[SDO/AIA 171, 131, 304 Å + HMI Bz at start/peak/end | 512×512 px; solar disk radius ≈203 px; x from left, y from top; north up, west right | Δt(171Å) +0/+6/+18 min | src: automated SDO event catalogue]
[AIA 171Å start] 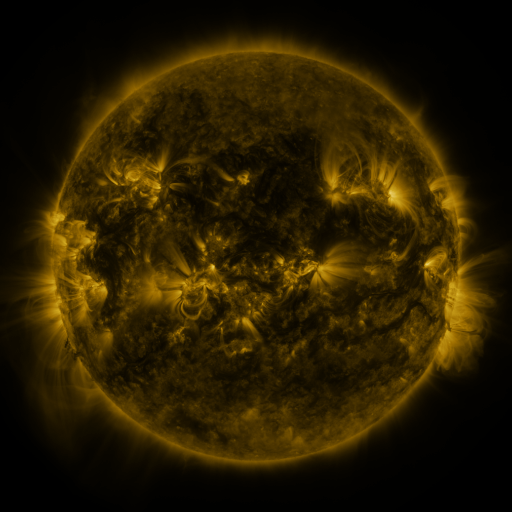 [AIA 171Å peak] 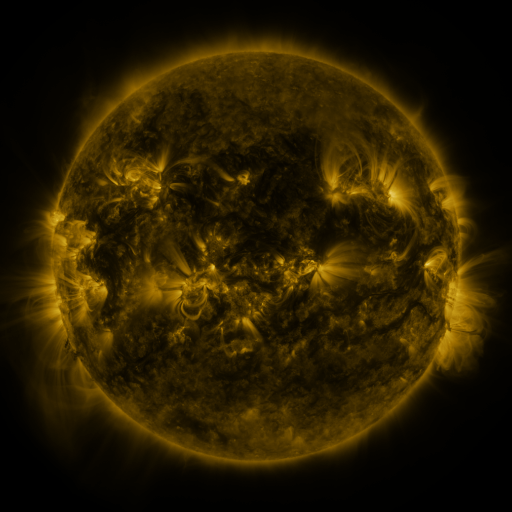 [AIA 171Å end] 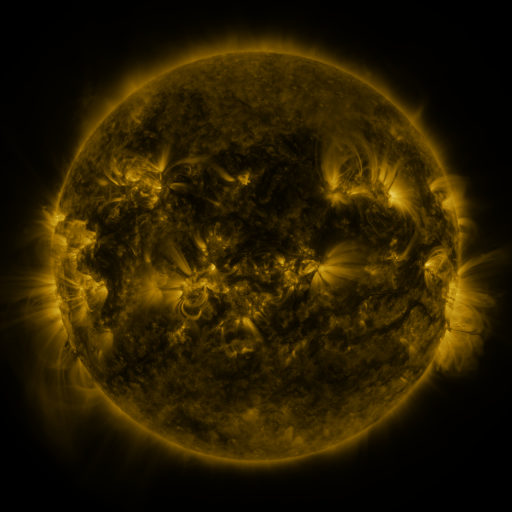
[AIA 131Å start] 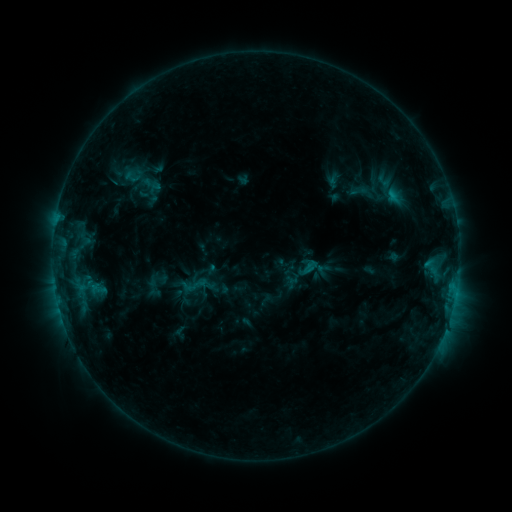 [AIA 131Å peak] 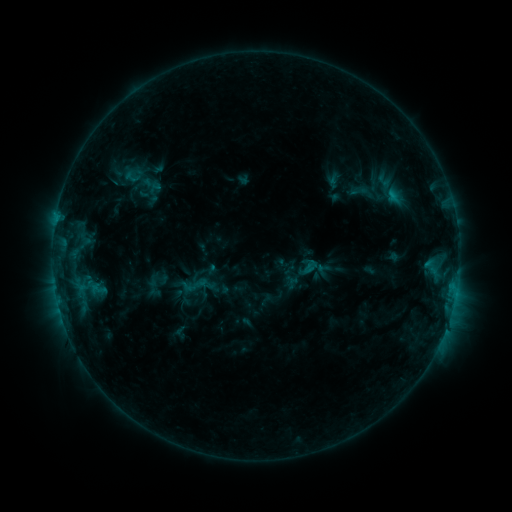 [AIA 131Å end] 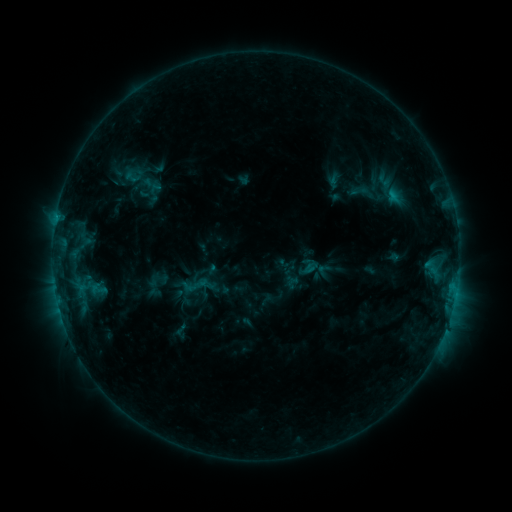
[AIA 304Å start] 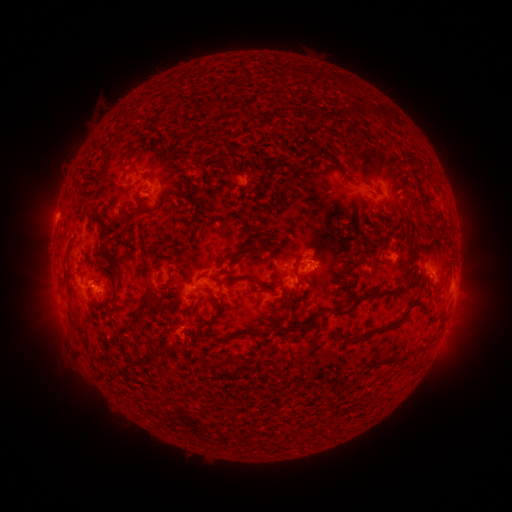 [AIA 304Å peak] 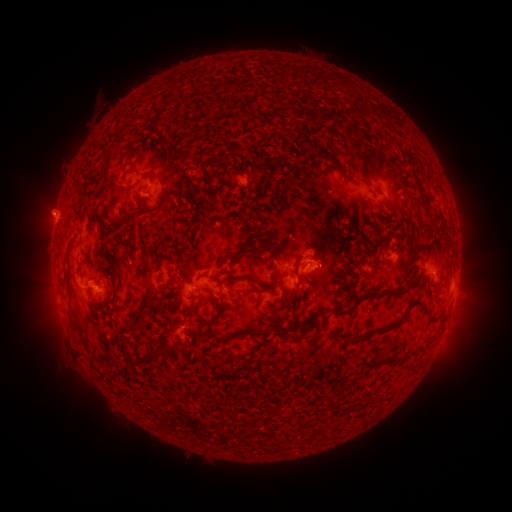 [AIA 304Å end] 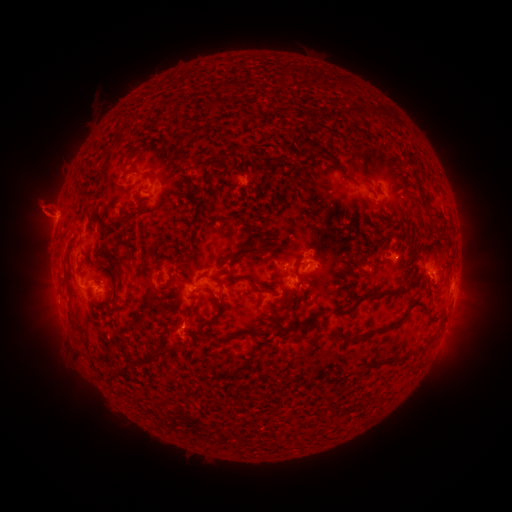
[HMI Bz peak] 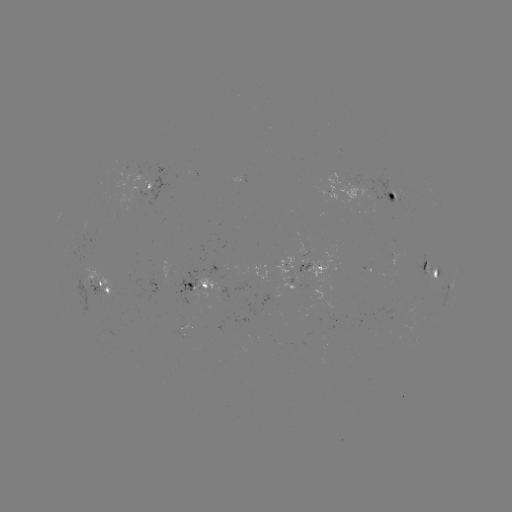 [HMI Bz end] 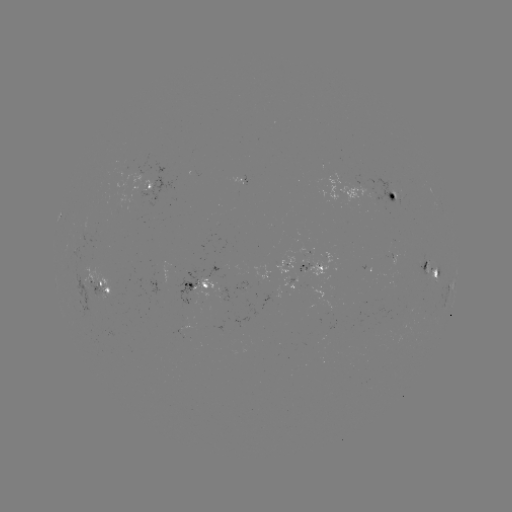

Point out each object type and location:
eruption: (43, 207)
